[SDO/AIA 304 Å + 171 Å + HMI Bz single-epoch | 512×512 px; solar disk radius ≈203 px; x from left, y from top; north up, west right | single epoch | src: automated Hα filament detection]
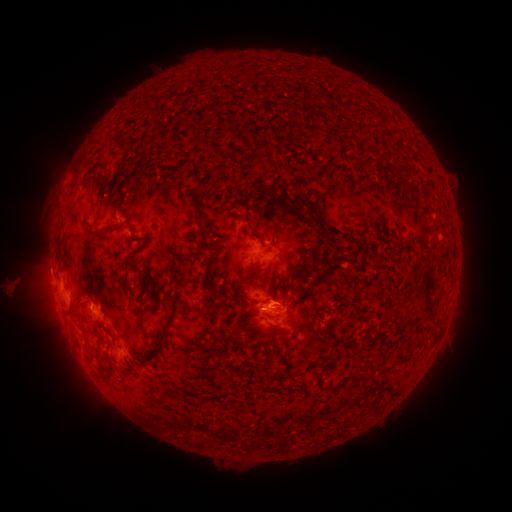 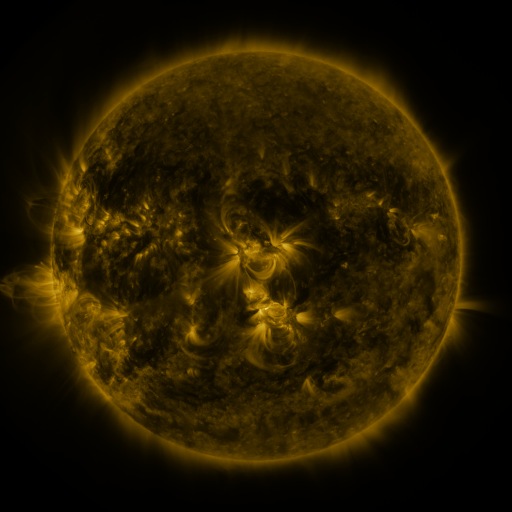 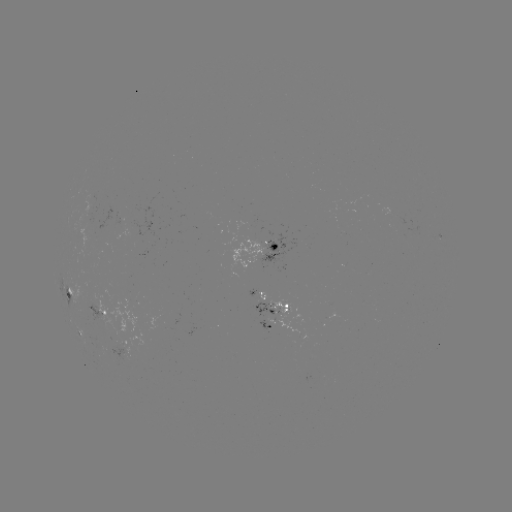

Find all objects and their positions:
filament: (88, 179)
filament: (325, 223)
filament: (252, 228)
filament: (91, 231)
filament: (330, 268)
filament: (218, 305)
filament: (392, 312)
filament: (160, 339)
filament: (92, 352)
